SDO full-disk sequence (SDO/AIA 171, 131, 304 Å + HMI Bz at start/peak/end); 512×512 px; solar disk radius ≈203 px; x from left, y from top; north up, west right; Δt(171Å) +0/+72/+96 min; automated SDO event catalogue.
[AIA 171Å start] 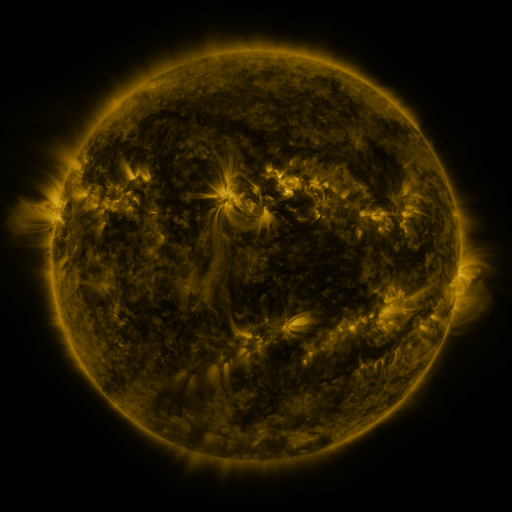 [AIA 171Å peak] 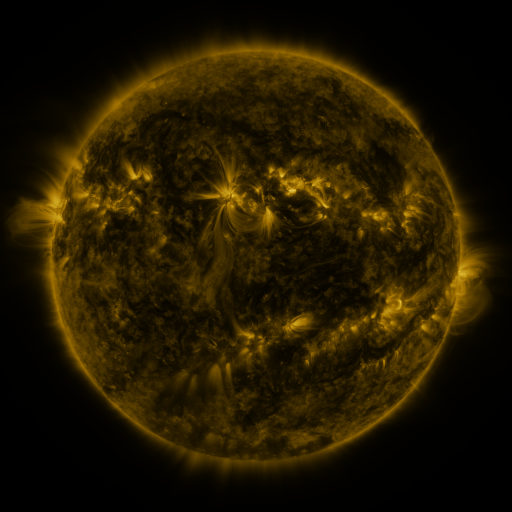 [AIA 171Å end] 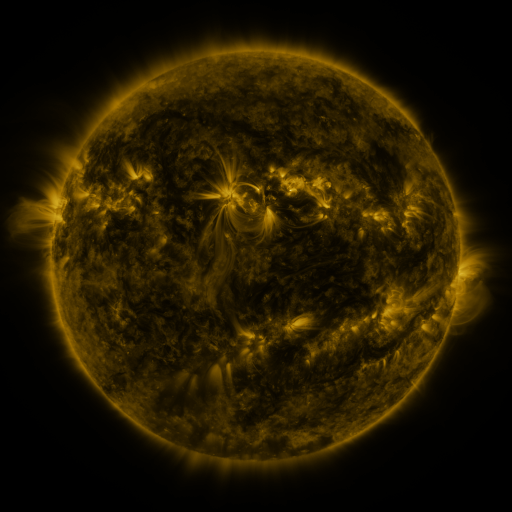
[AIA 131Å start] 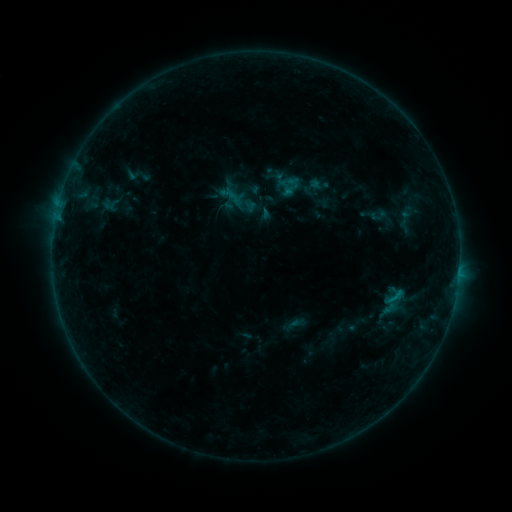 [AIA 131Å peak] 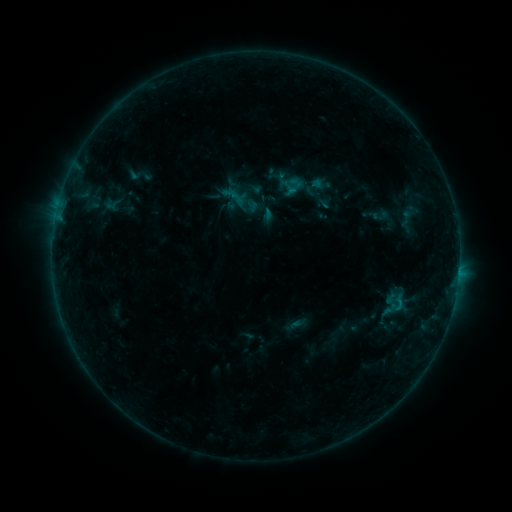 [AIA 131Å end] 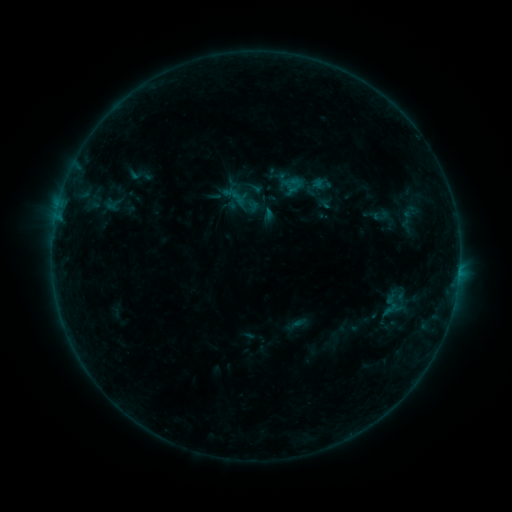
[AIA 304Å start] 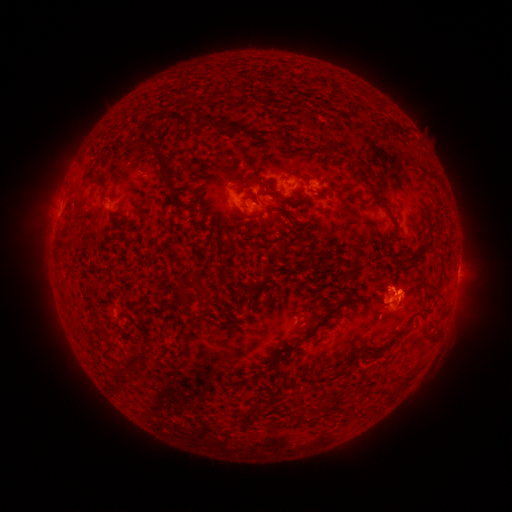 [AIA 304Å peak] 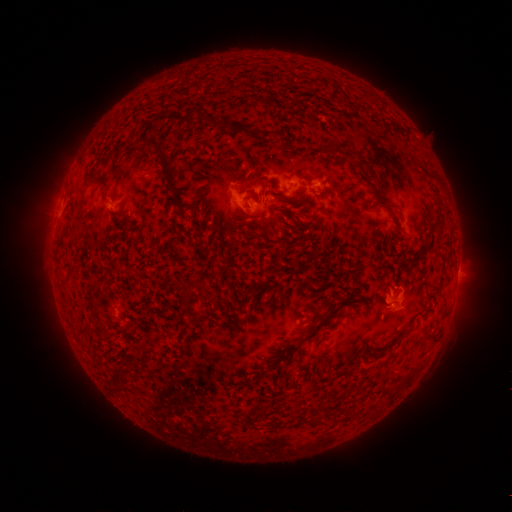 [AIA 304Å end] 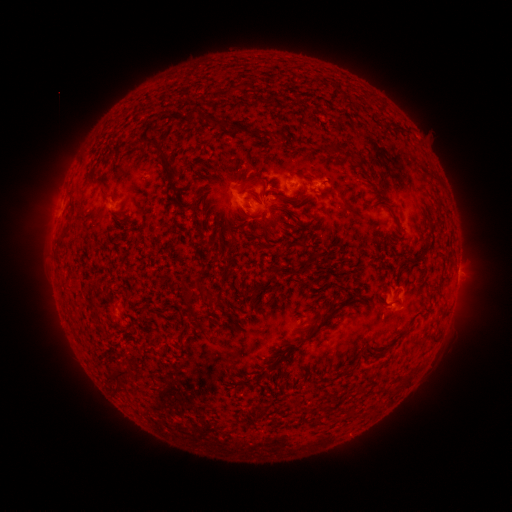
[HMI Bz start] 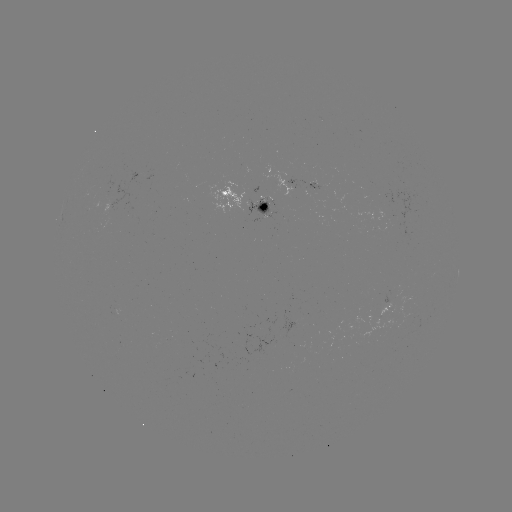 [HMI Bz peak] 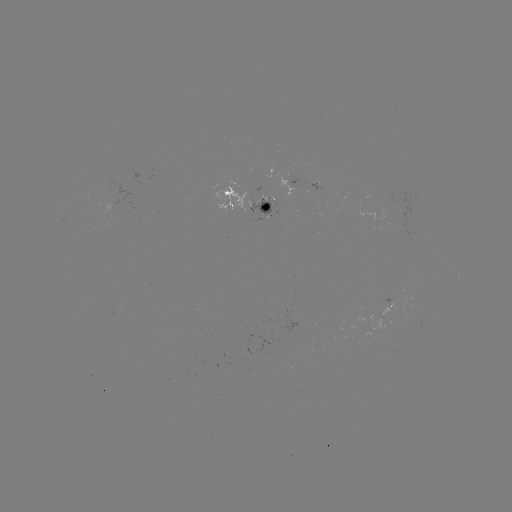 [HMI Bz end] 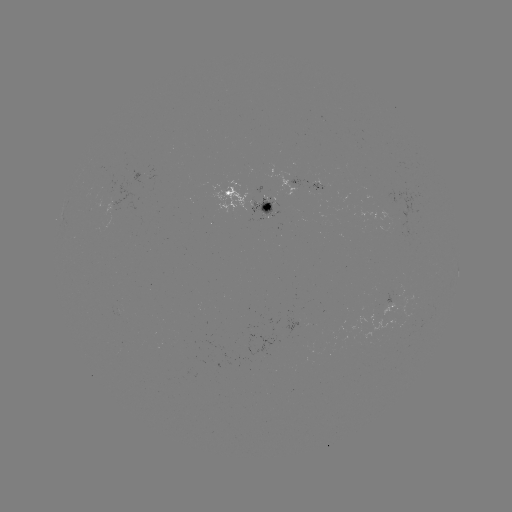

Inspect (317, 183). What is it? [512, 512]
emerging-flux region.